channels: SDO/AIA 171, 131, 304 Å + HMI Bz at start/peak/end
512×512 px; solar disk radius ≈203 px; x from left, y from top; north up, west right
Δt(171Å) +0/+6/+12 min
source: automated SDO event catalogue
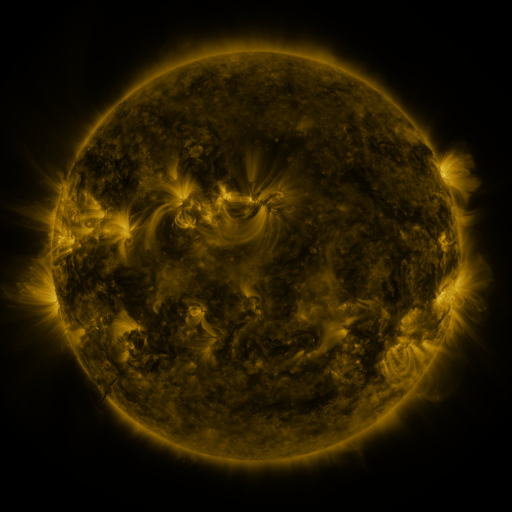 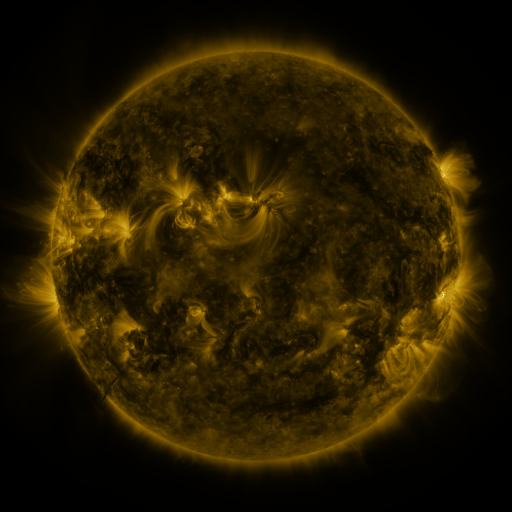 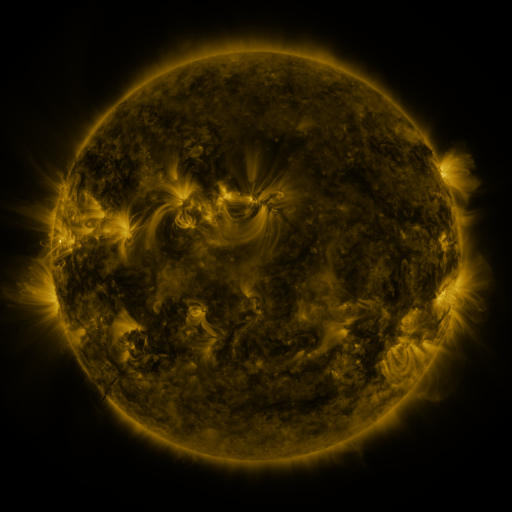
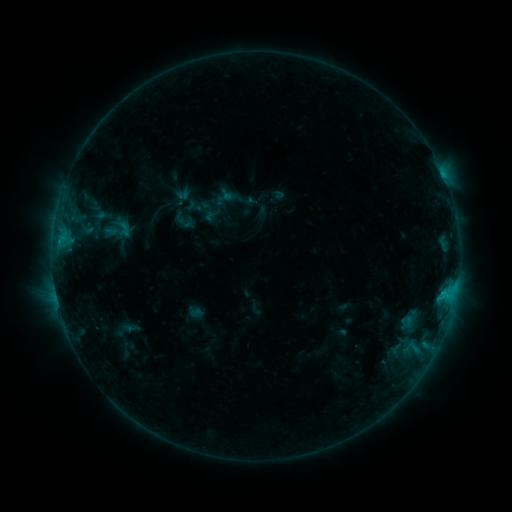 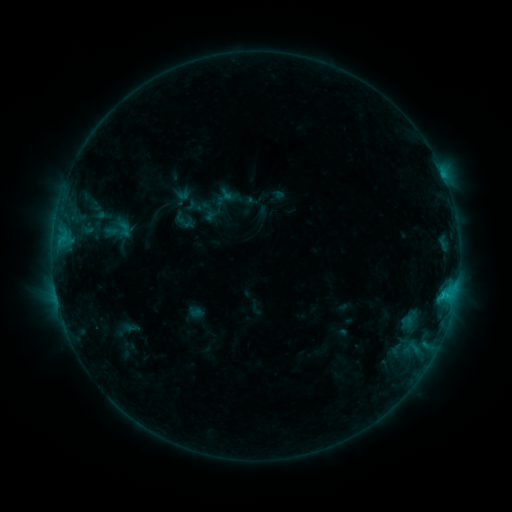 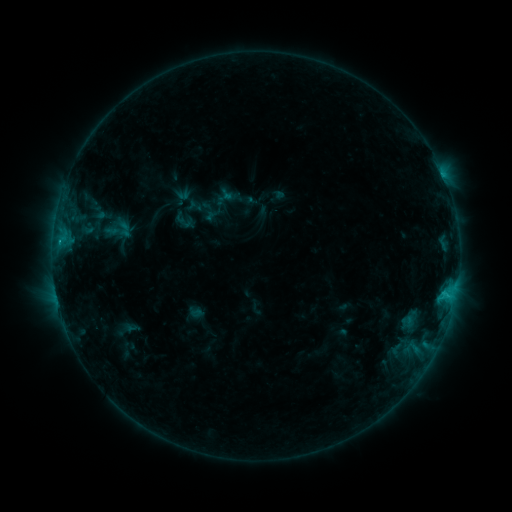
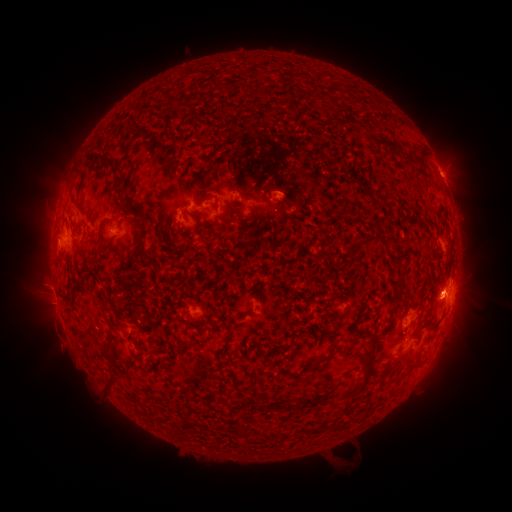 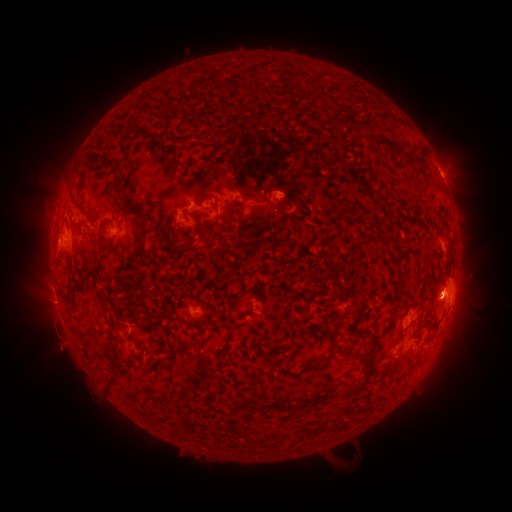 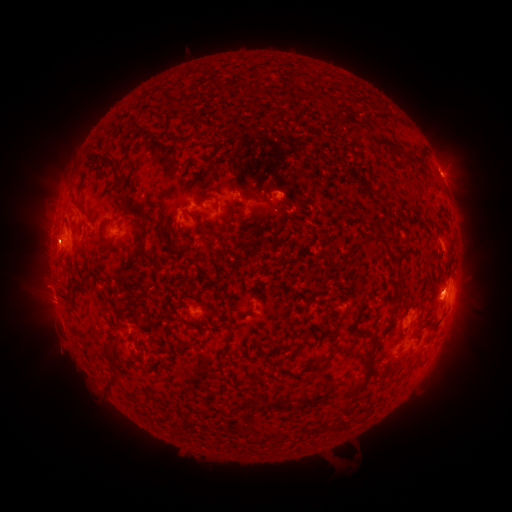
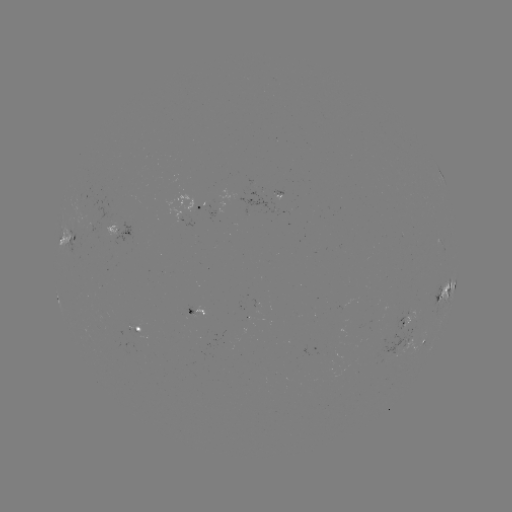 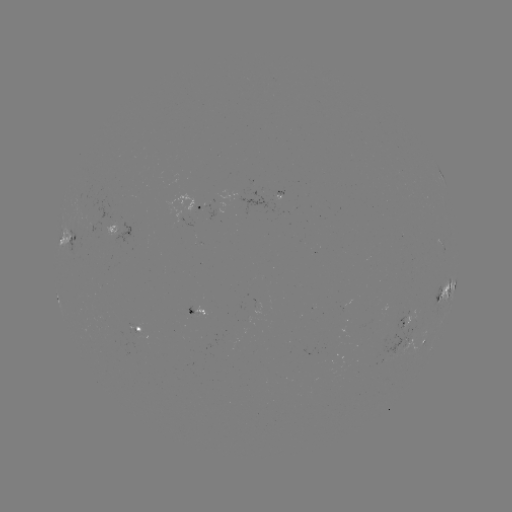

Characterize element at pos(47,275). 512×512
eruption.